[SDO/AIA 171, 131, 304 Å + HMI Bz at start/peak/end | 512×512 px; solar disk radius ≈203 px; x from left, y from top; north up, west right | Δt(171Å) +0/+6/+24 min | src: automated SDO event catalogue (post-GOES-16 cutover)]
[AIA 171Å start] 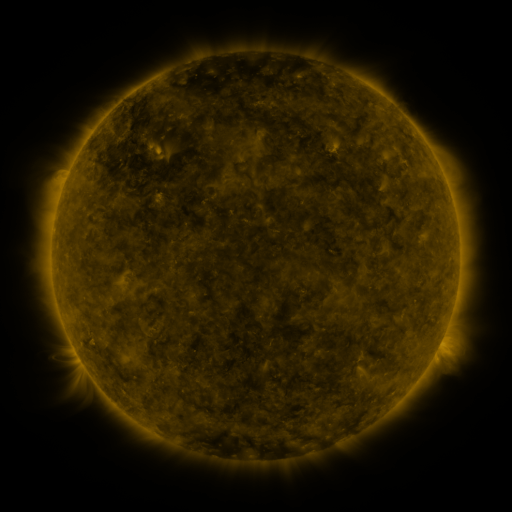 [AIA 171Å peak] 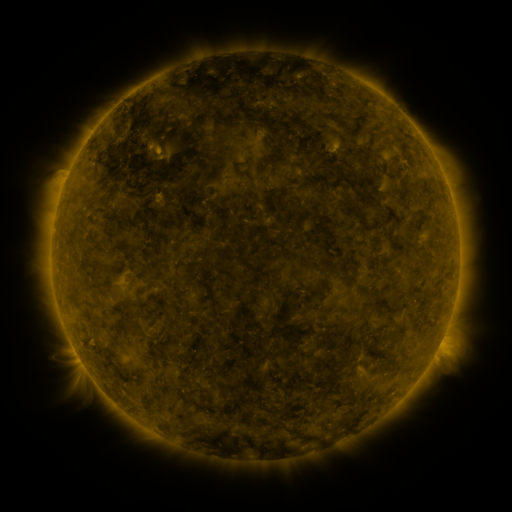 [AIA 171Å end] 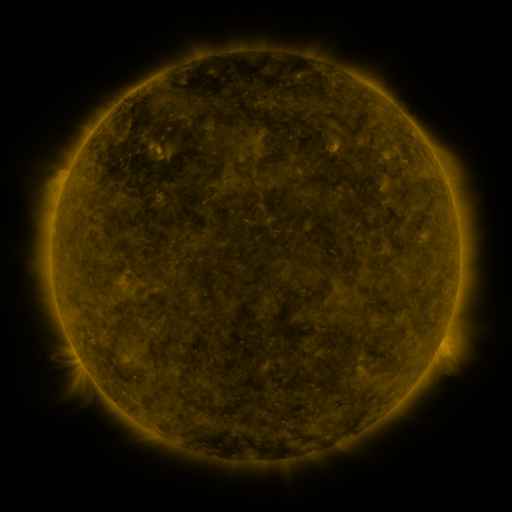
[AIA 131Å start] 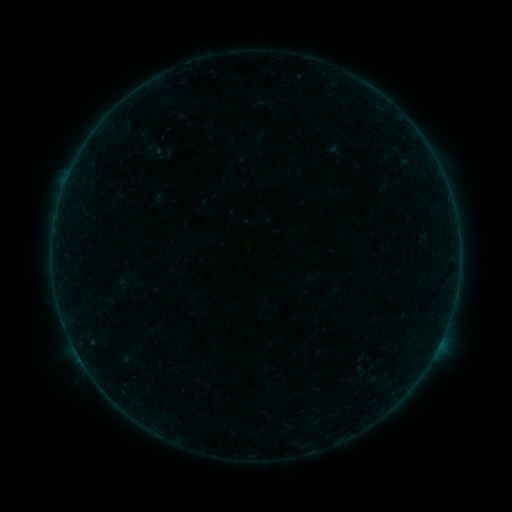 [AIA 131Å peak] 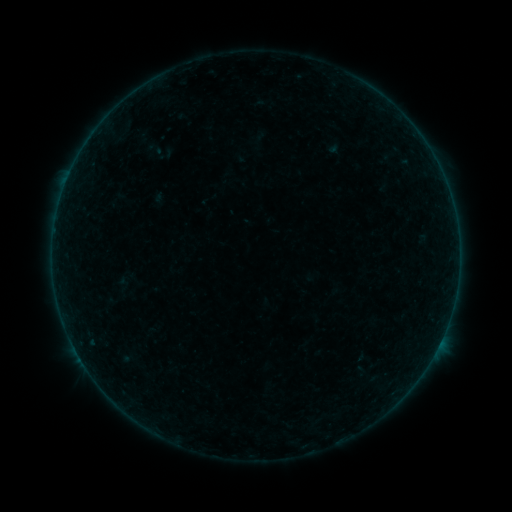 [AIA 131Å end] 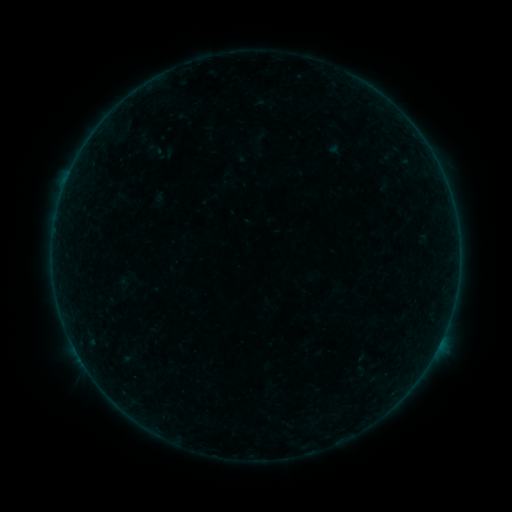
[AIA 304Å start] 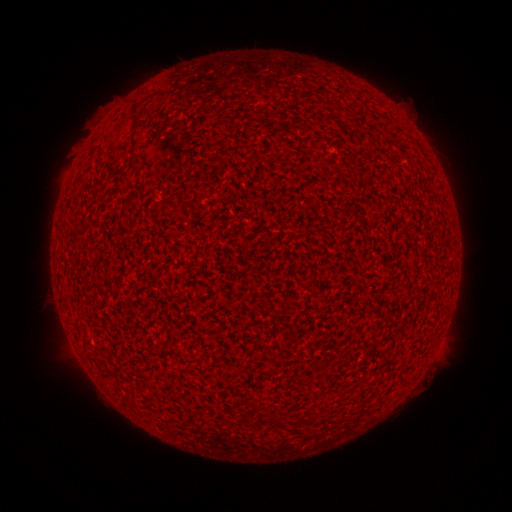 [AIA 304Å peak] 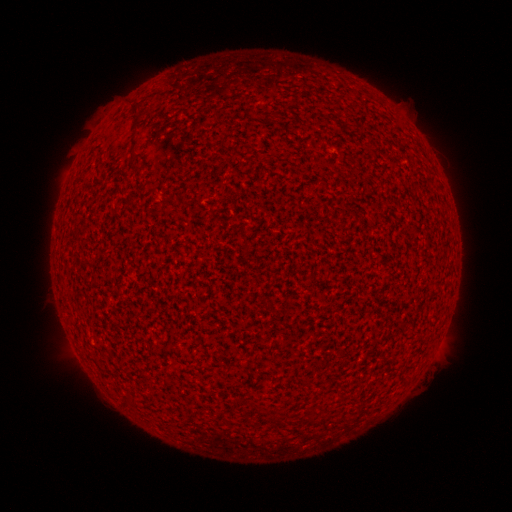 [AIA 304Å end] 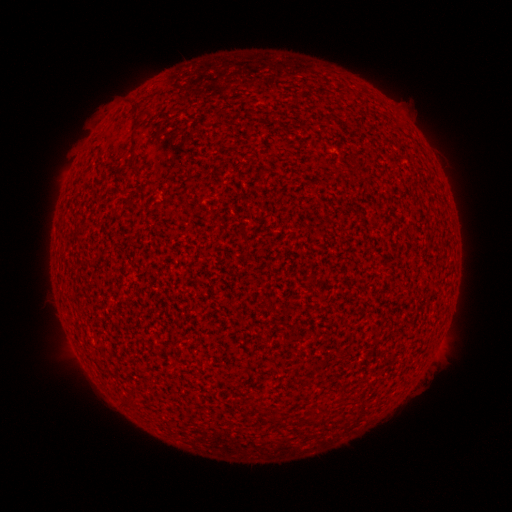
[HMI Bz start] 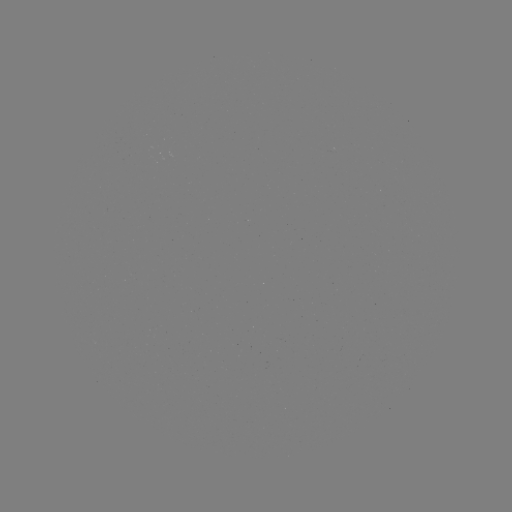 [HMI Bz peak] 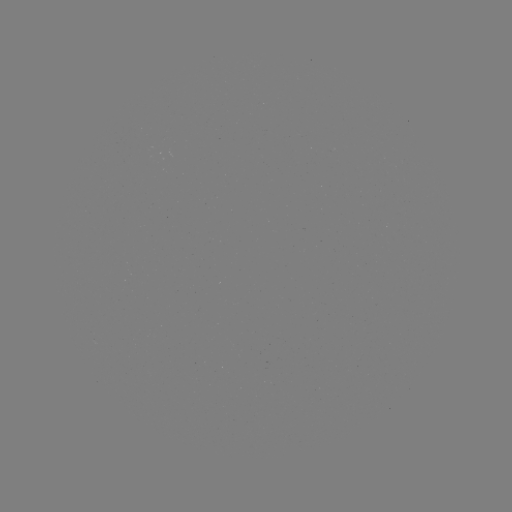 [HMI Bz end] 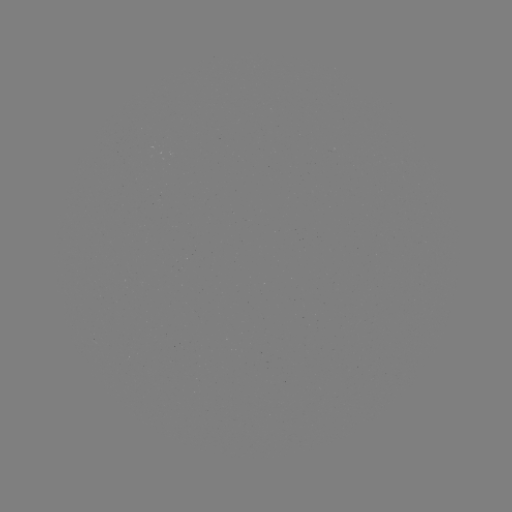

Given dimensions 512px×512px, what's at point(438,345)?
A4.0 flare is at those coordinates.